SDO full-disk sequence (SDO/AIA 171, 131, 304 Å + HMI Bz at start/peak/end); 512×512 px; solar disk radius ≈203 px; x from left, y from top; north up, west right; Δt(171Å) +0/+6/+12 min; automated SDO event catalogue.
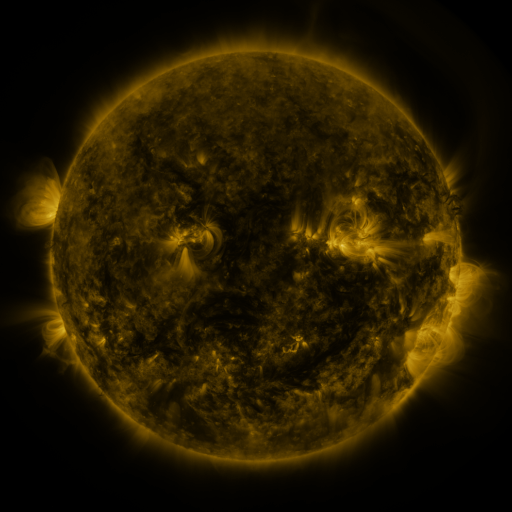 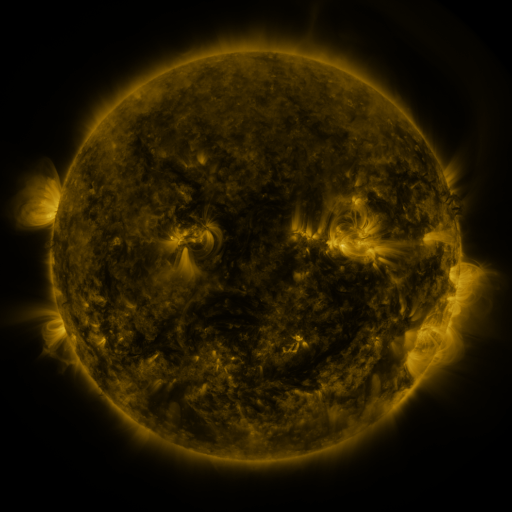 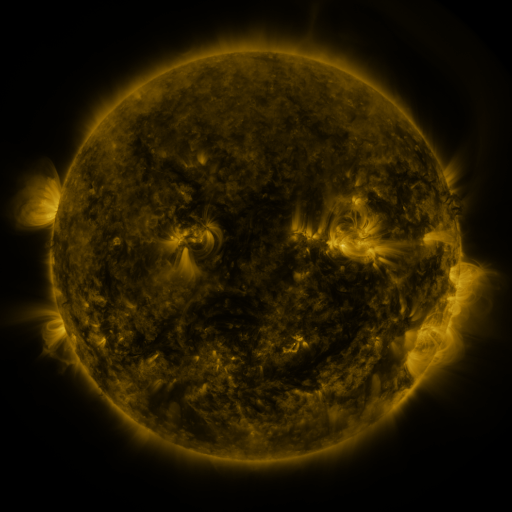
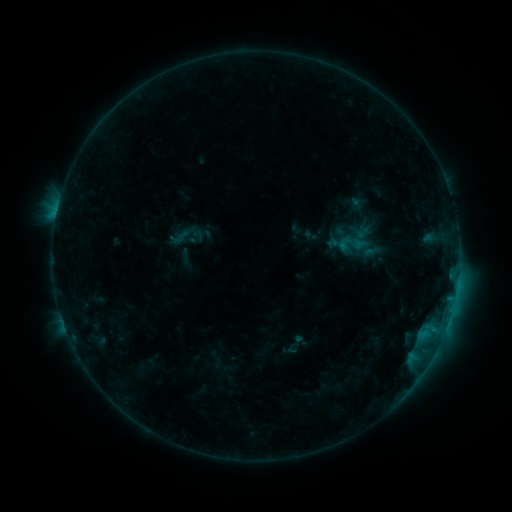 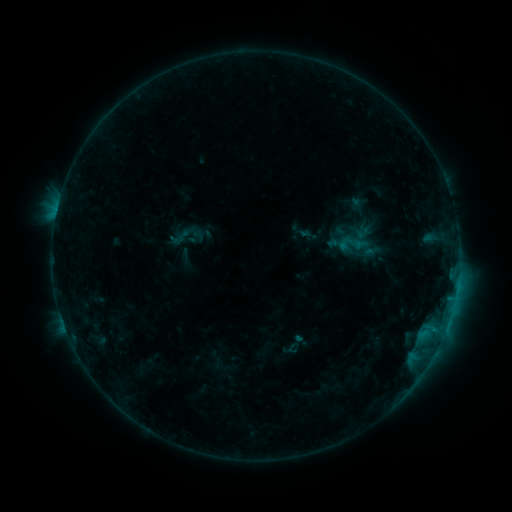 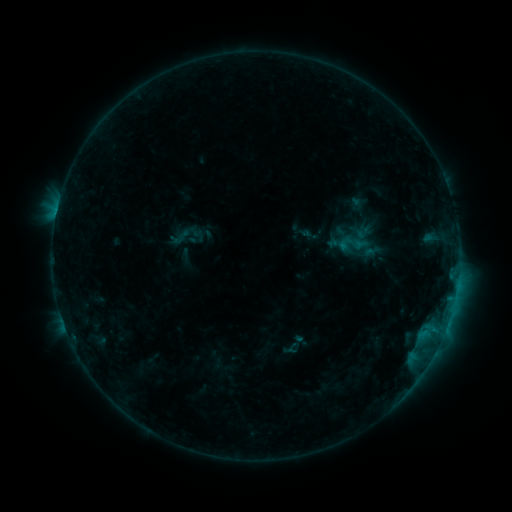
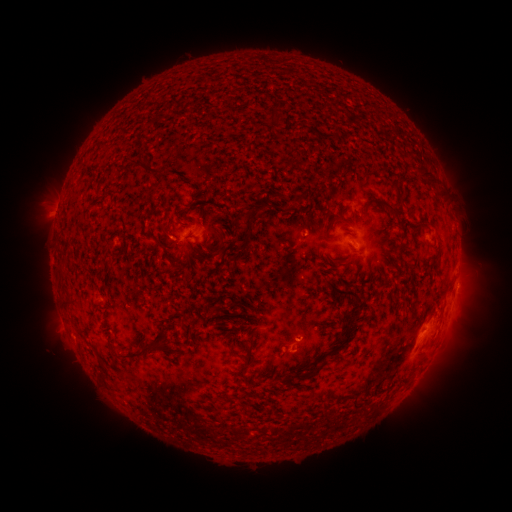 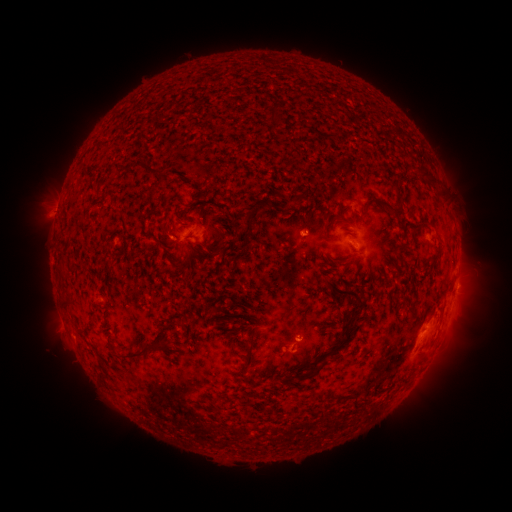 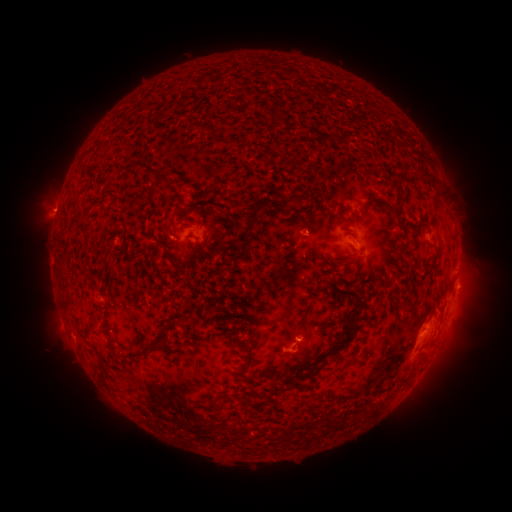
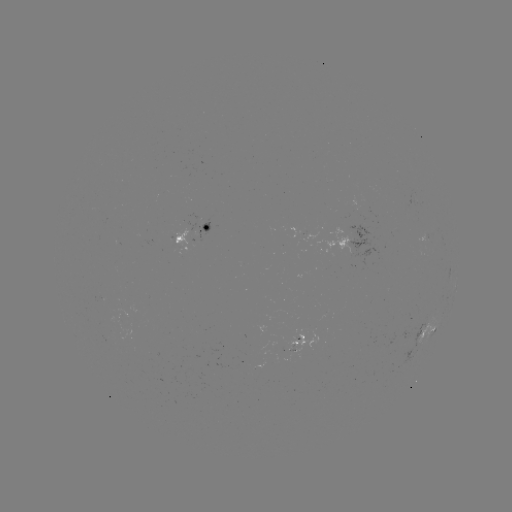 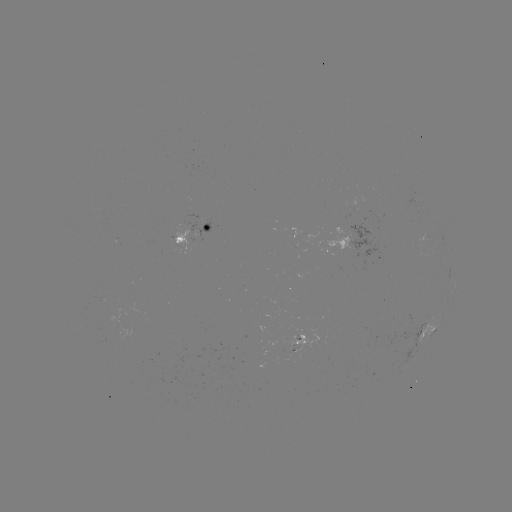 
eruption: (26, 185, 80, 237)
